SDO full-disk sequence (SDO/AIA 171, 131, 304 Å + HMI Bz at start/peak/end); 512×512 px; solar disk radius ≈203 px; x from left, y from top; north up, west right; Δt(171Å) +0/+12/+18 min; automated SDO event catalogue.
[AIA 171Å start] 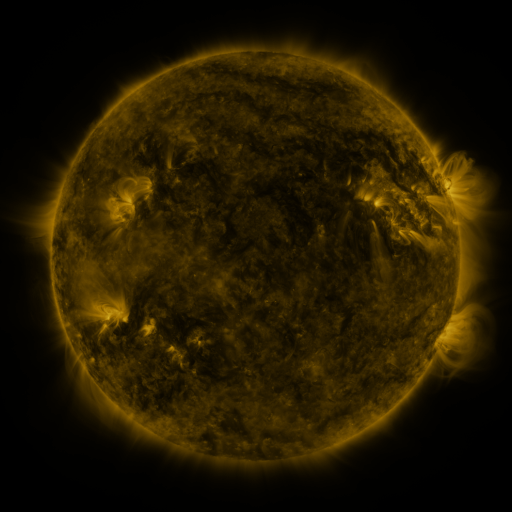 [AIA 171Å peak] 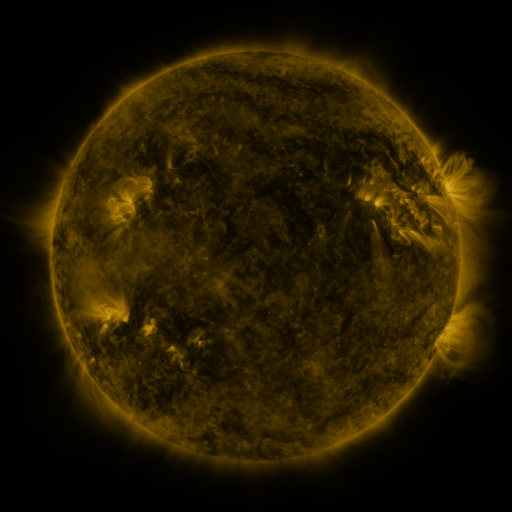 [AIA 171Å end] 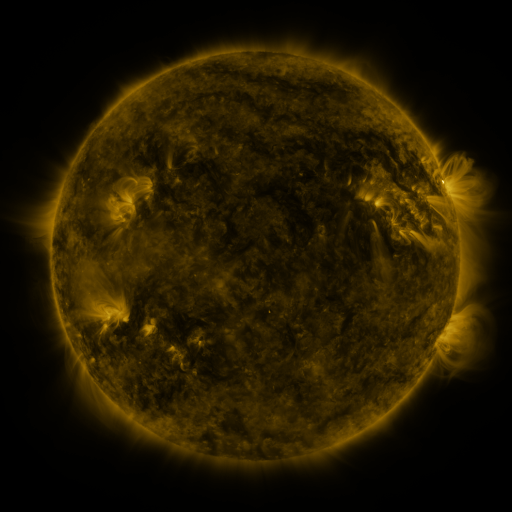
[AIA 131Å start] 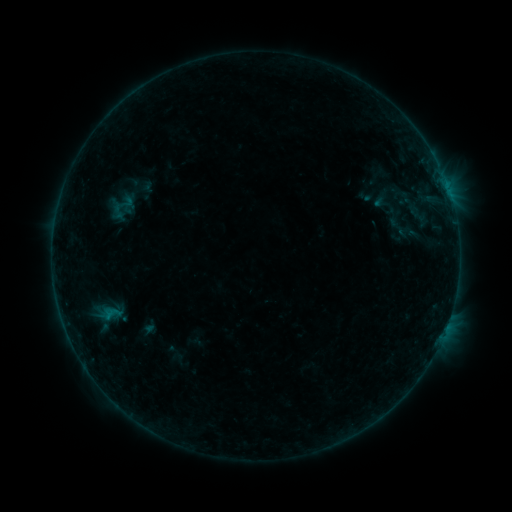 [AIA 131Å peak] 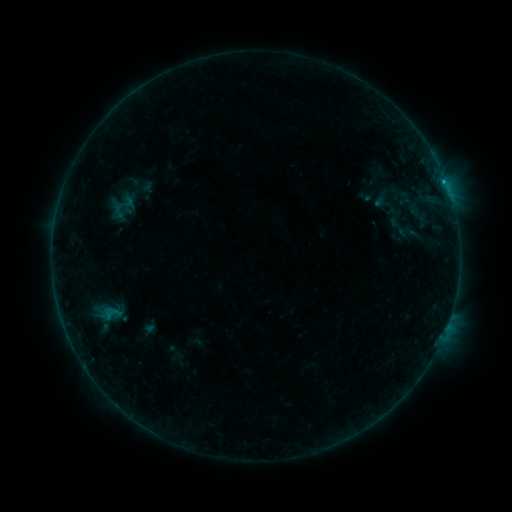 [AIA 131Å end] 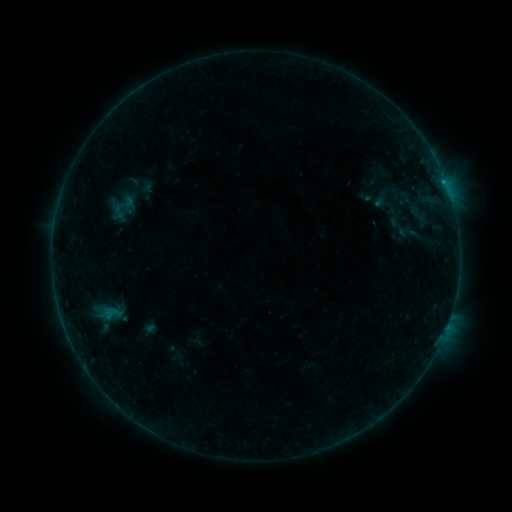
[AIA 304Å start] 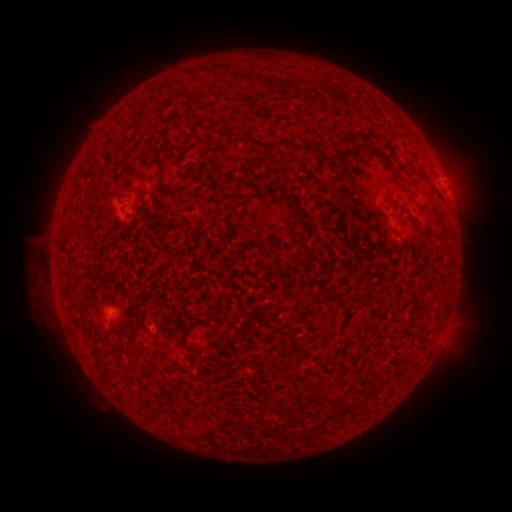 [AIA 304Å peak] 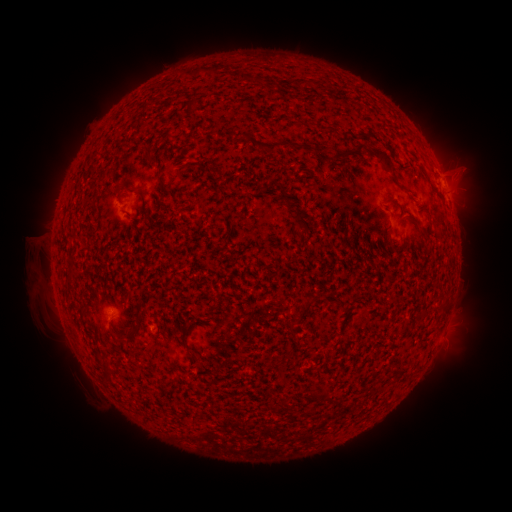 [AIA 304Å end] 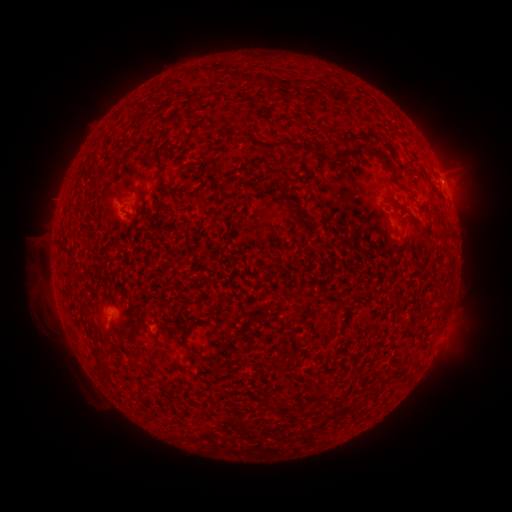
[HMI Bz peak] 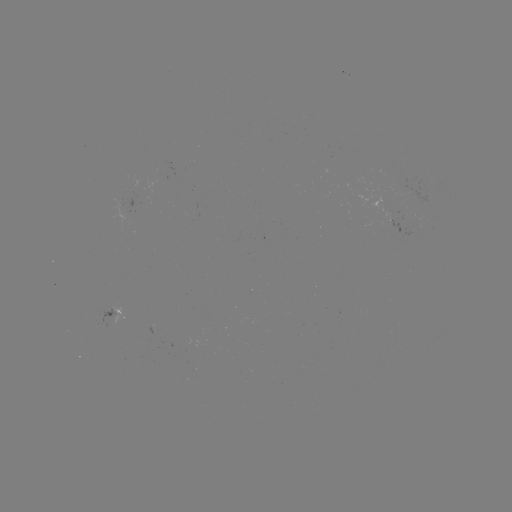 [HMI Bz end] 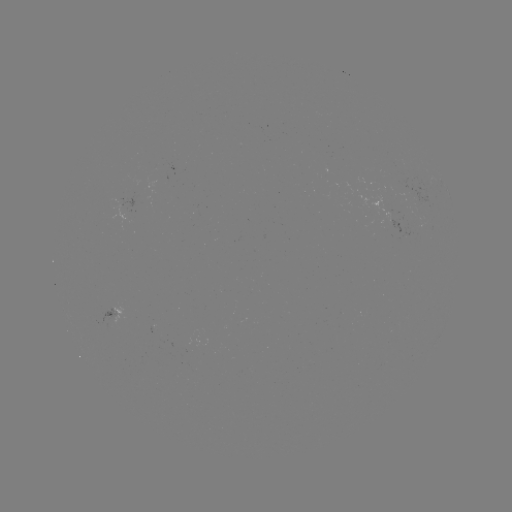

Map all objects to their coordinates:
B4.1 flare: (443, 183)
